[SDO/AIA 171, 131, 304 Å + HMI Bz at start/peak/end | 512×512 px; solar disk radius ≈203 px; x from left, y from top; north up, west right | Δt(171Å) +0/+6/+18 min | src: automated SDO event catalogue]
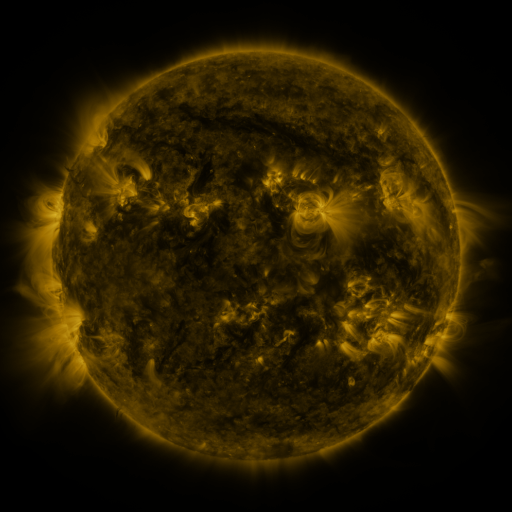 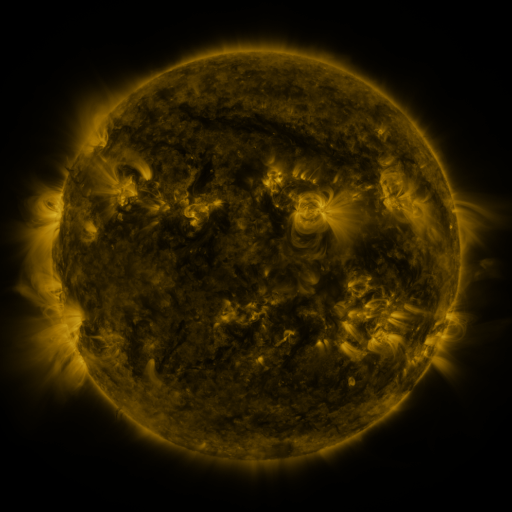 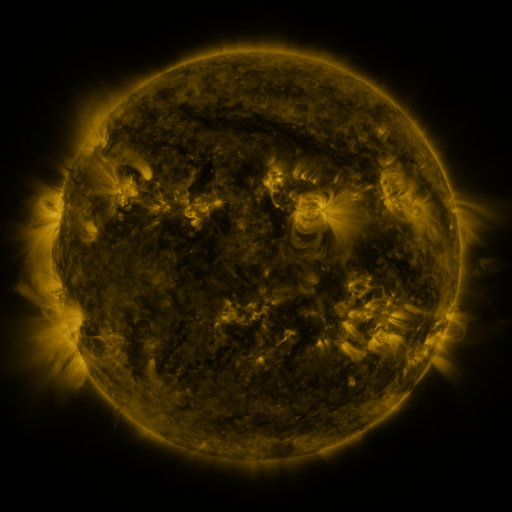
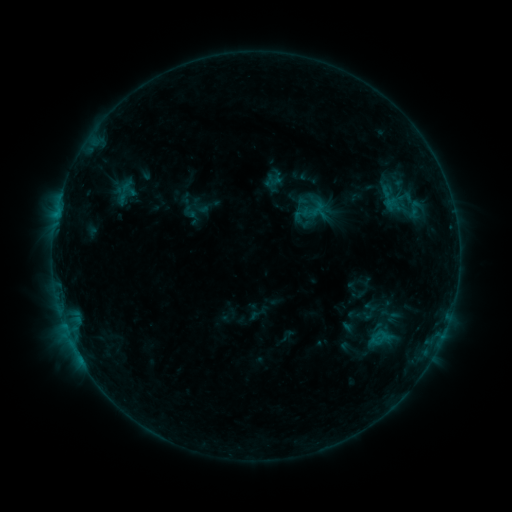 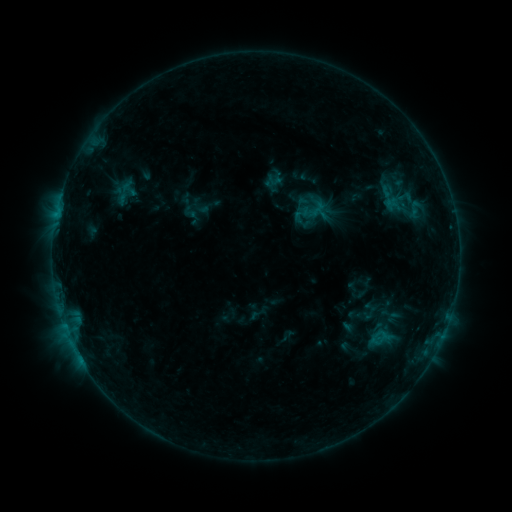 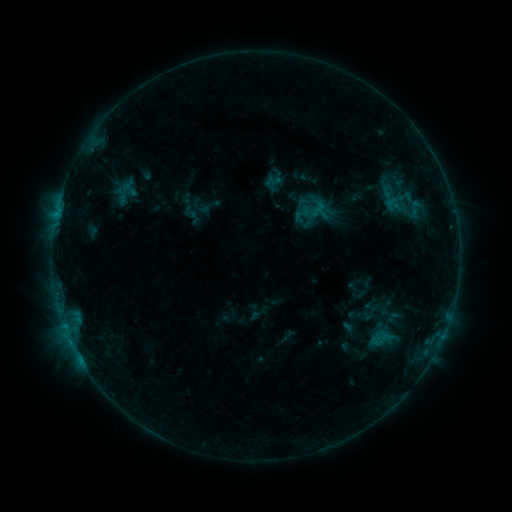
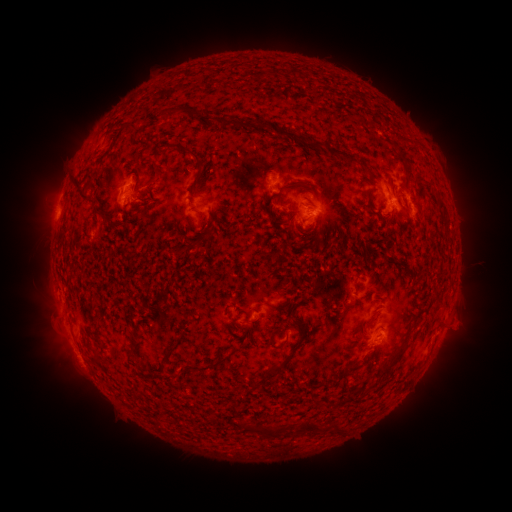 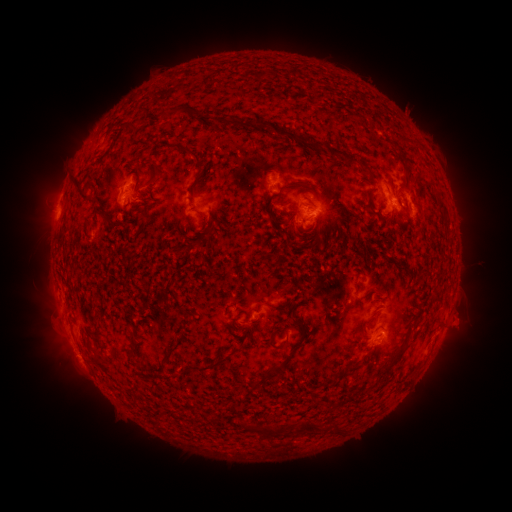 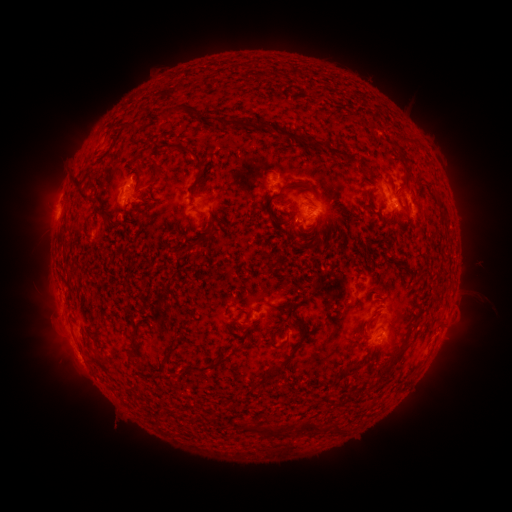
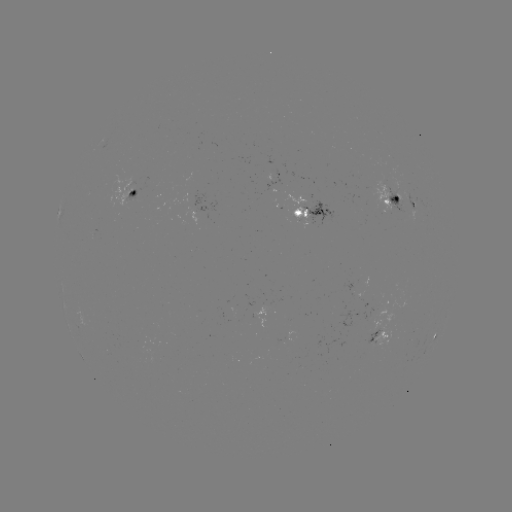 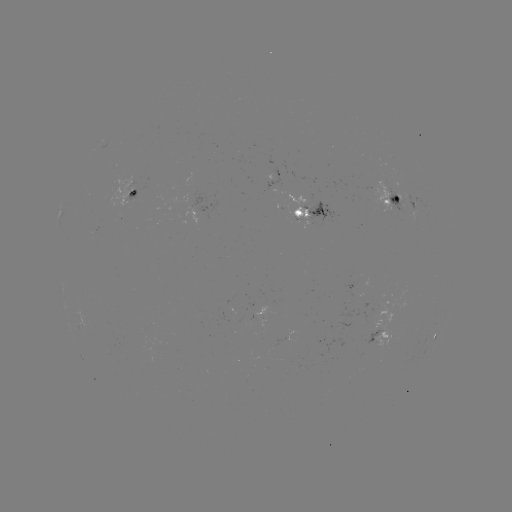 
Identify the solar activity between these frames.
eruption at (467, 316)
